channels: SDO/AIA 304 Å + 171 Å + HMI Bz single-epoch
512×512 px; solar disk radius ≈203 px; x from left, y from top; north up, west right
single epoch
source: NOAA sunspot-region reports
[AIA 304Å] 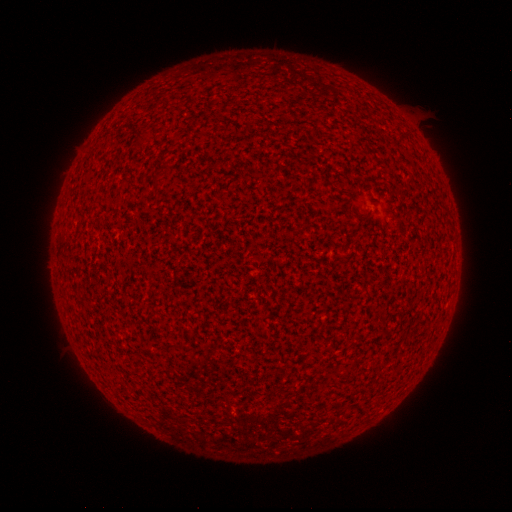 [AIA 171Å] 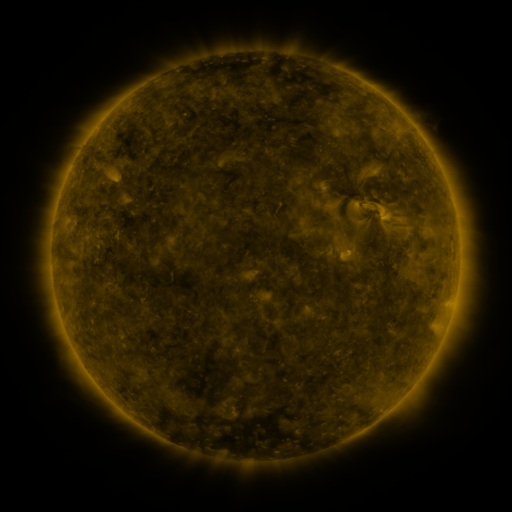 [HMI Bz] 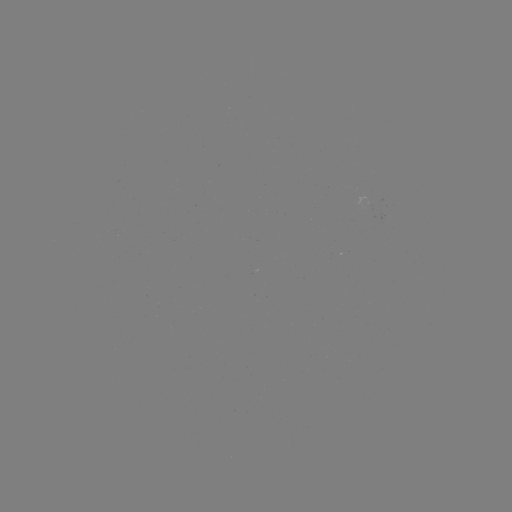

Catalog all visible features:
(none)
